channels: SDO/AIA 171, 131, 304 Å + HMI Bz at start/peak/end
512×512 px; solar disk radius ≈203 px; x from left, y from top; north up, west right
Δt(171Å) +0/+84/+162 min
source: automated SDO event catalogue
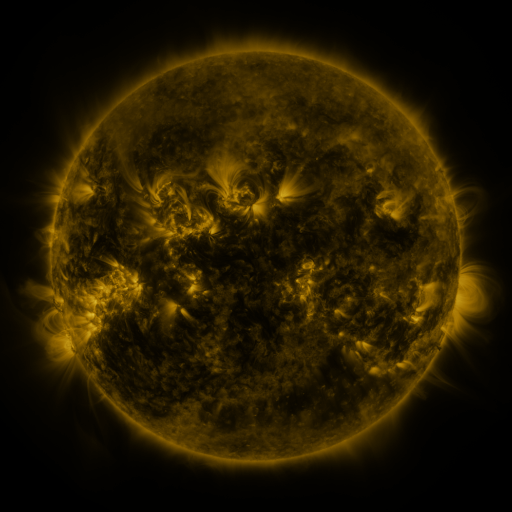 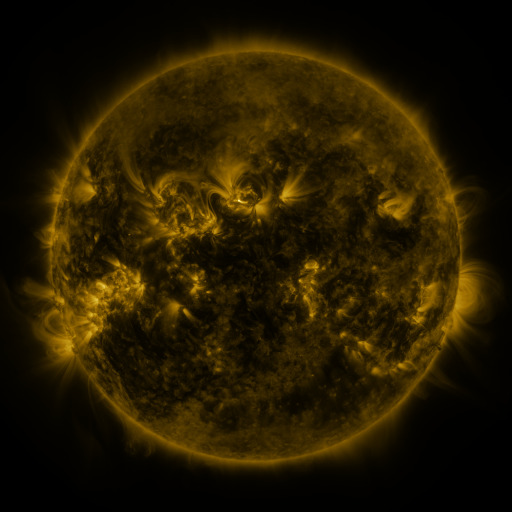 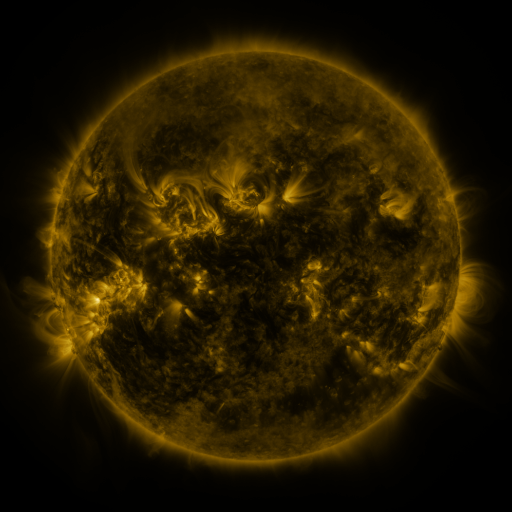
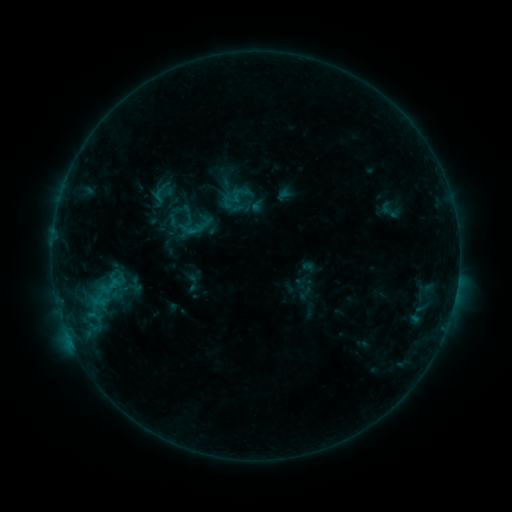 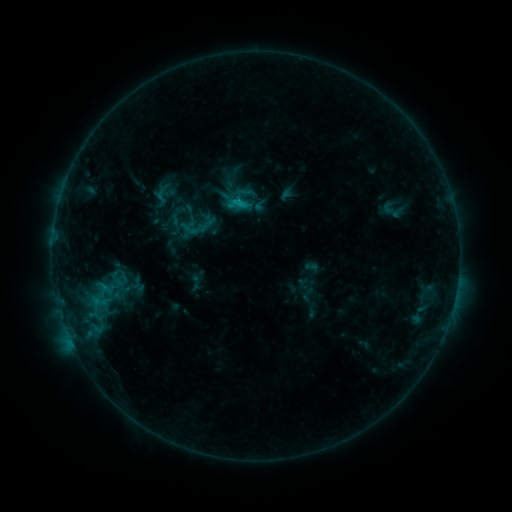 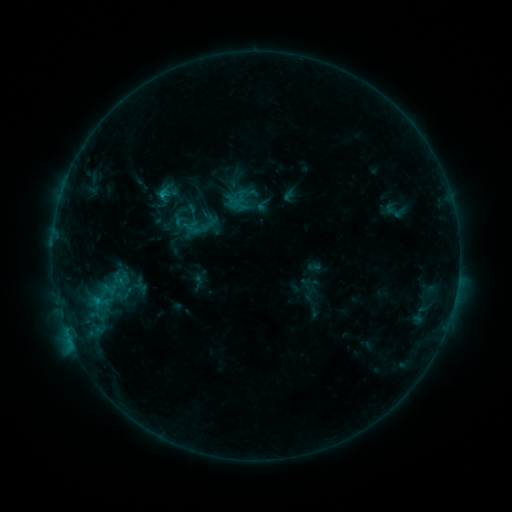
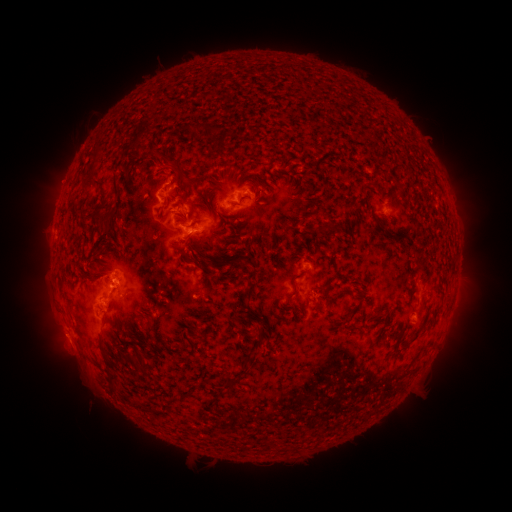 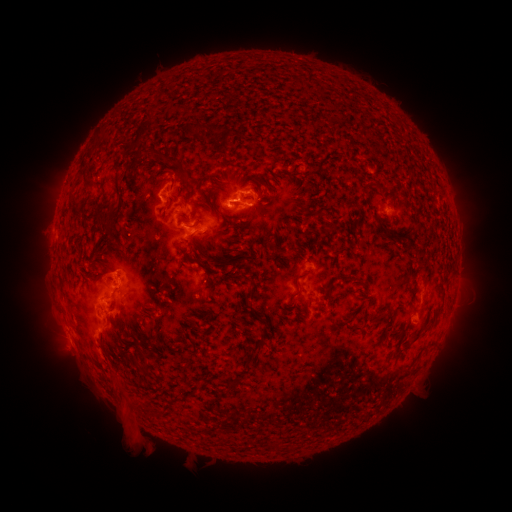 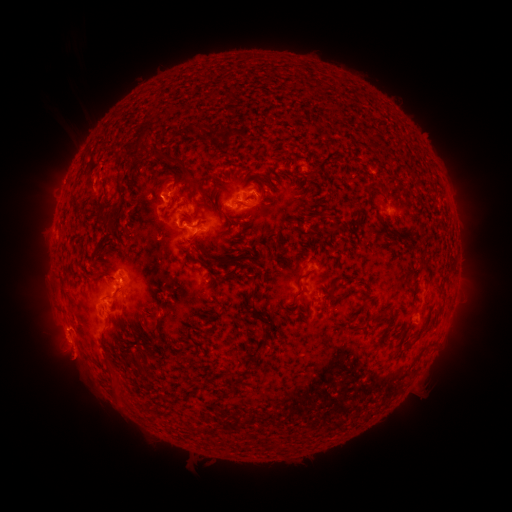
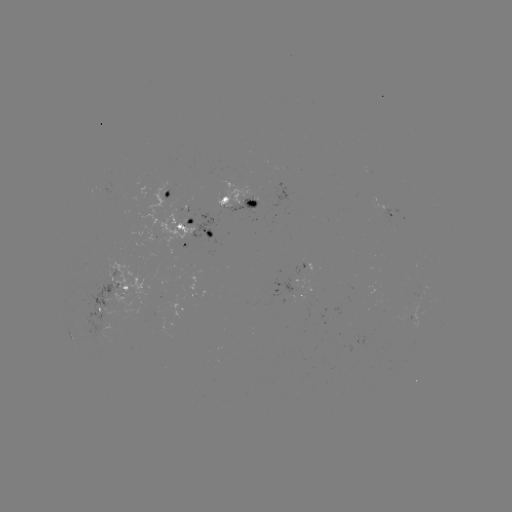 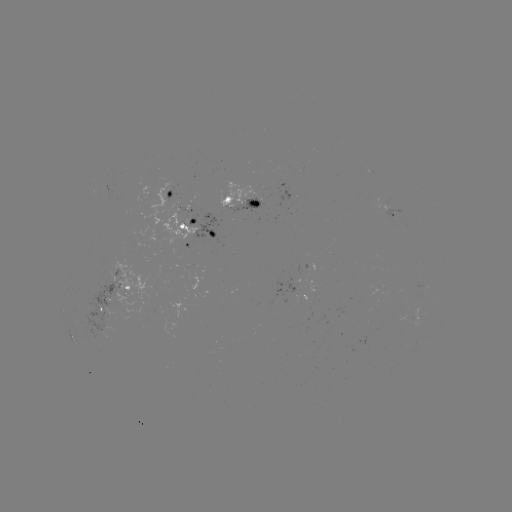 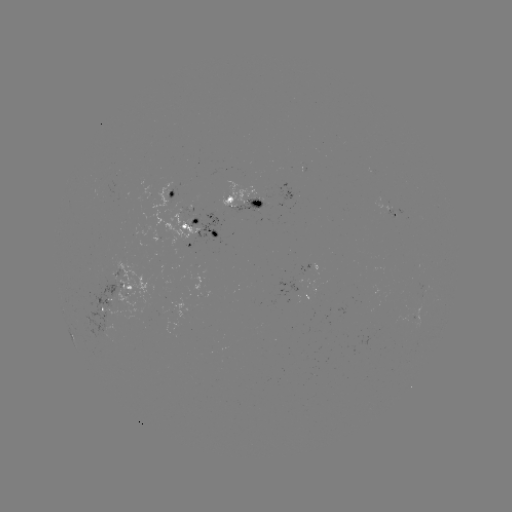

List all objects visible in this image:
filament eruption: (82, 139)
